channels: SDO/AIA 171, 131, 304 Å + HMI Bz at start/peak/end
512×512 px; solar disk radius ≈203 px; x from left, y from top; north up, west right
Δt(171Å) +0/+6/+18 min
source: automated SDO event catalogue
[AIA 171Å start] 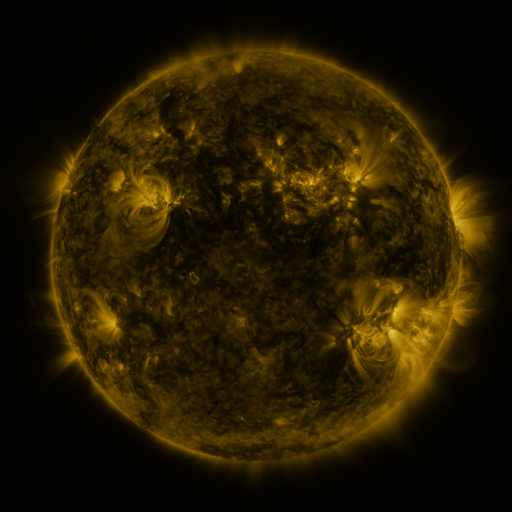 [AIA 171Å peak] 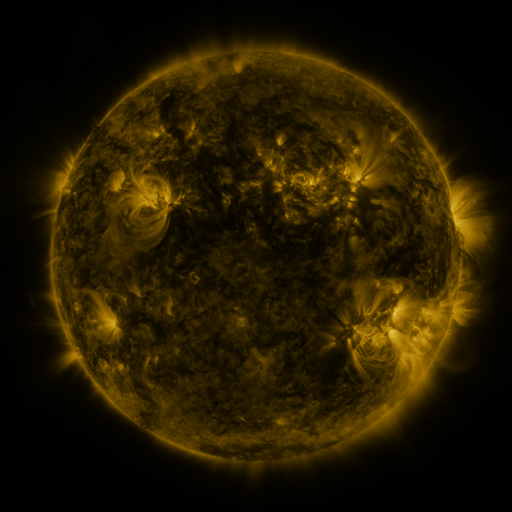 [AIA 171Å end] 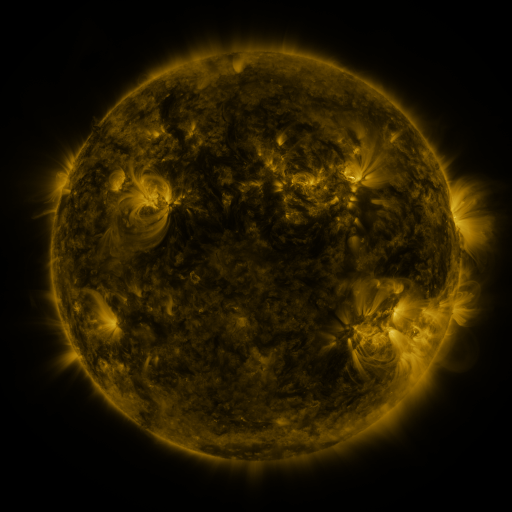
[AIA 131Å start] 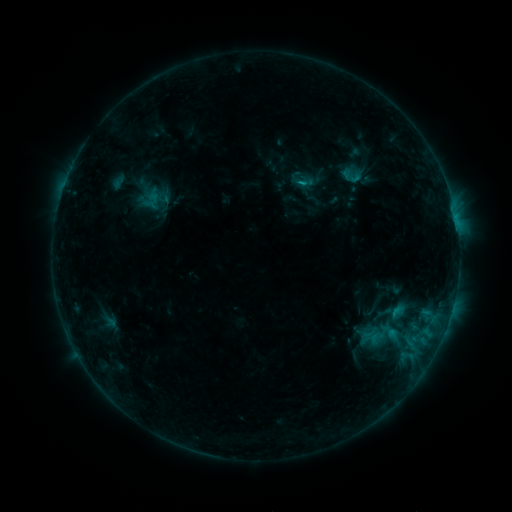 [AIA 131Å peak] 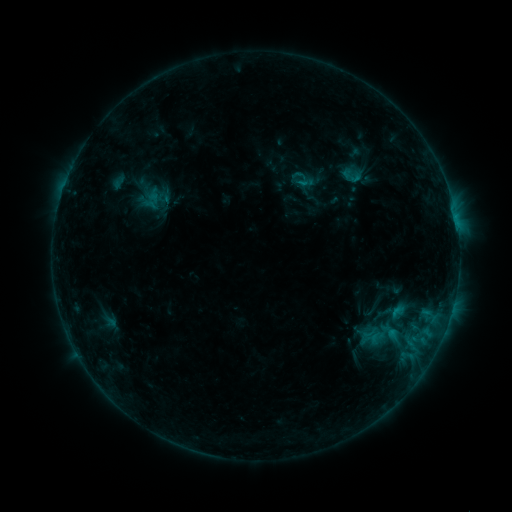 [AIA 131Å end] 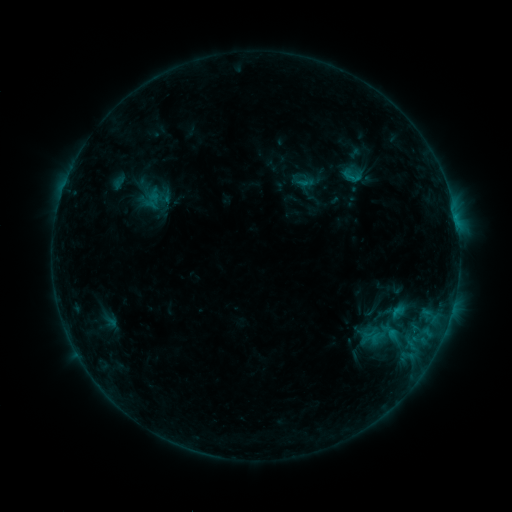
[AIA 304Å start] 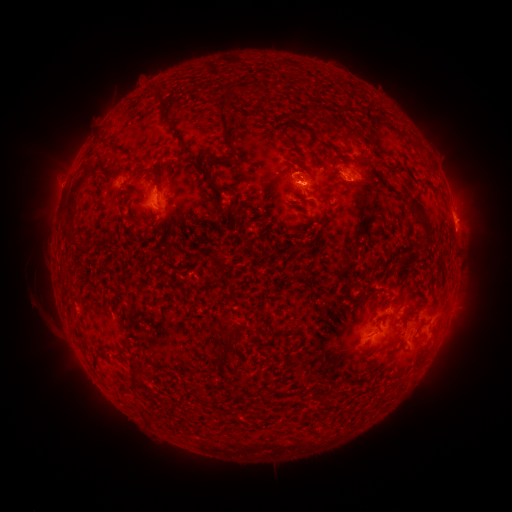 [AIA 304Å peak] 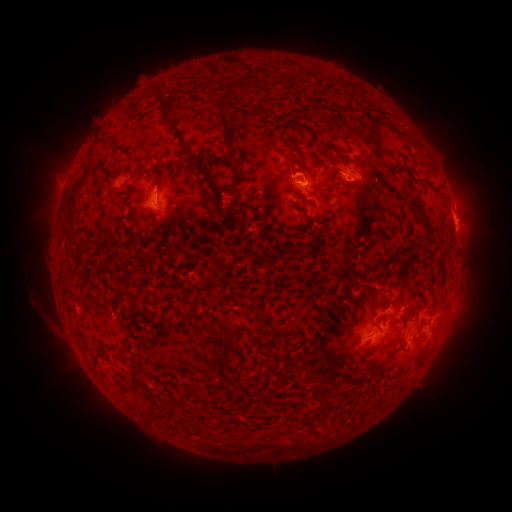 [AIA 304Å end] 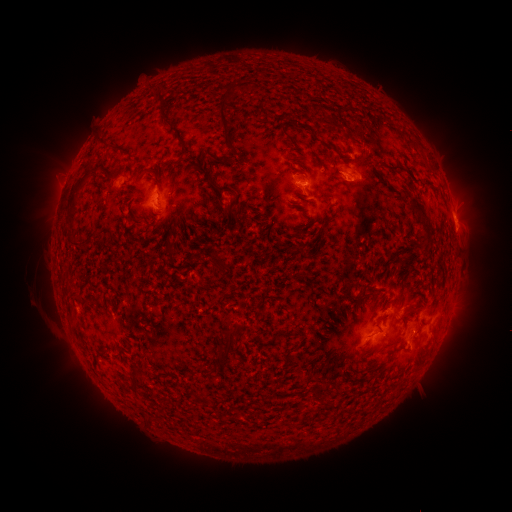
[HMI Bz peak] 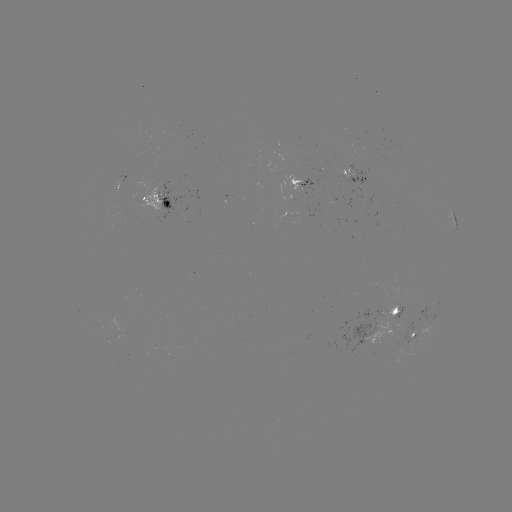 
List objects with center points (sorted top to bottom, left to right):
eruption: (474, 206)
